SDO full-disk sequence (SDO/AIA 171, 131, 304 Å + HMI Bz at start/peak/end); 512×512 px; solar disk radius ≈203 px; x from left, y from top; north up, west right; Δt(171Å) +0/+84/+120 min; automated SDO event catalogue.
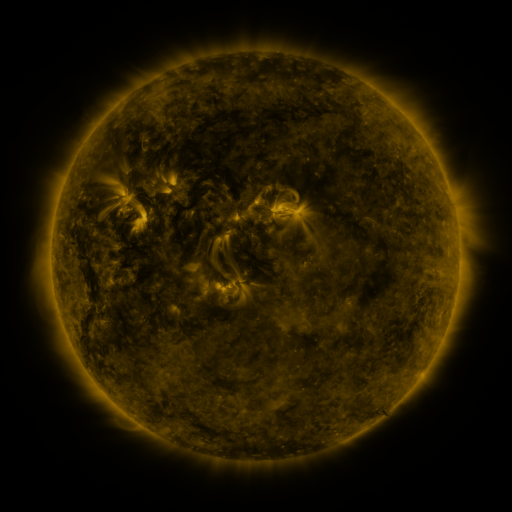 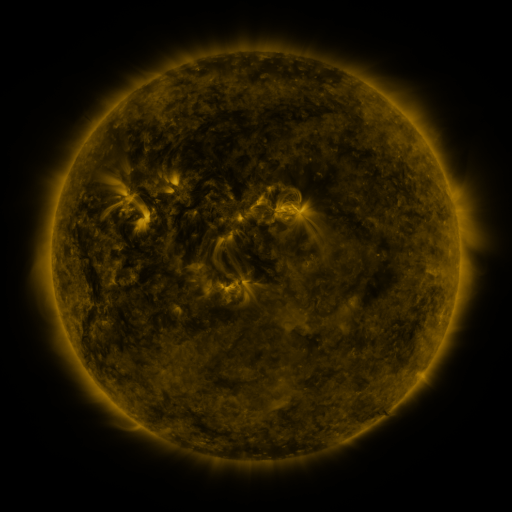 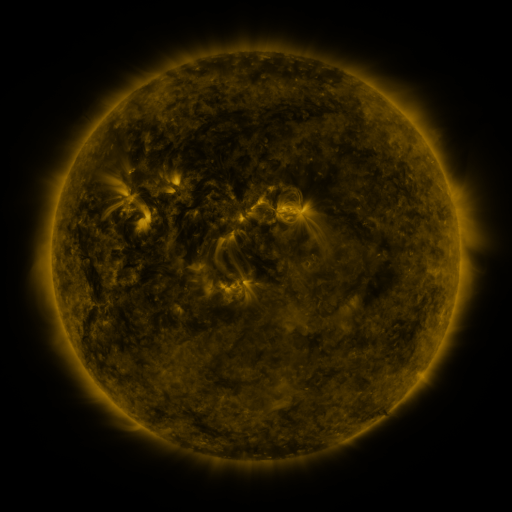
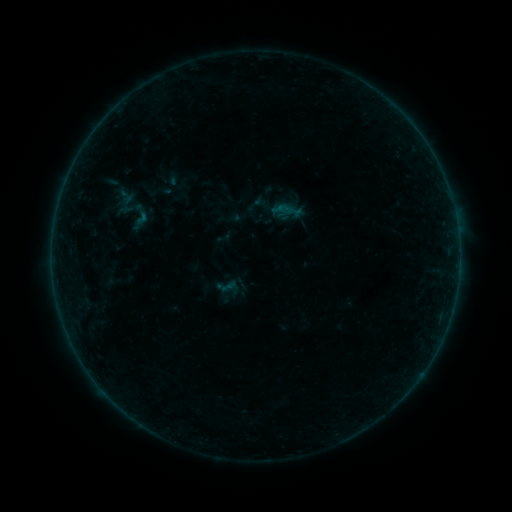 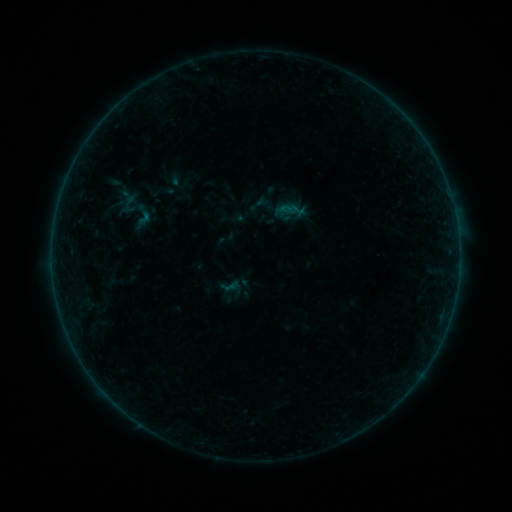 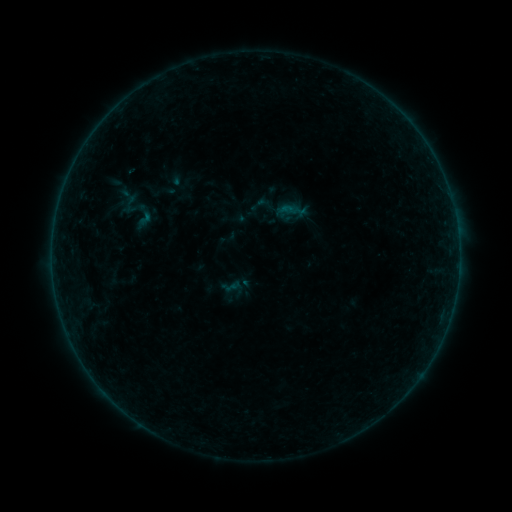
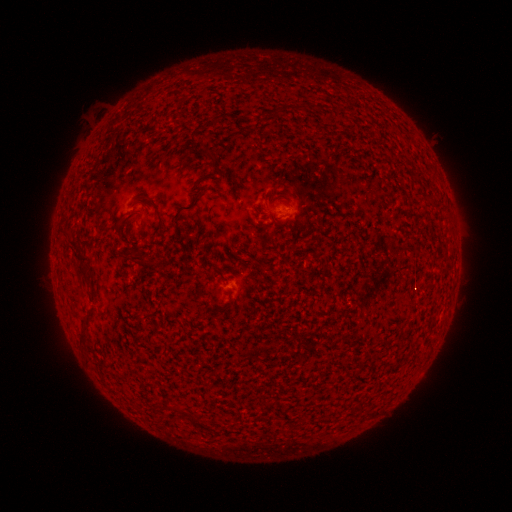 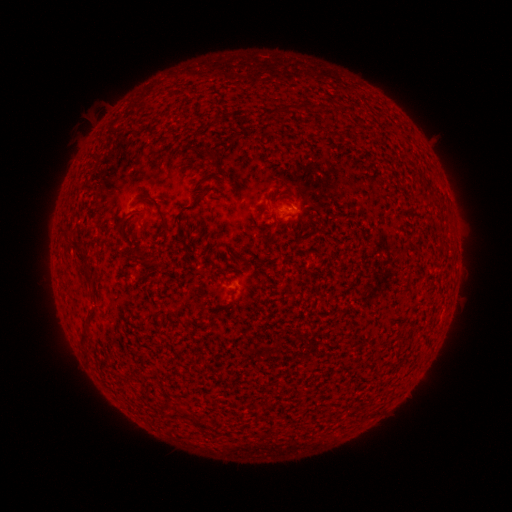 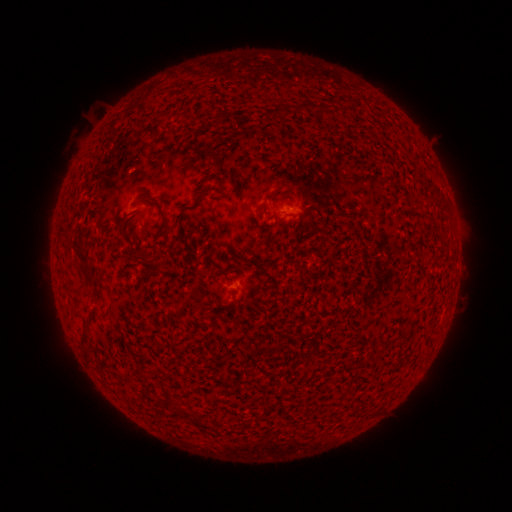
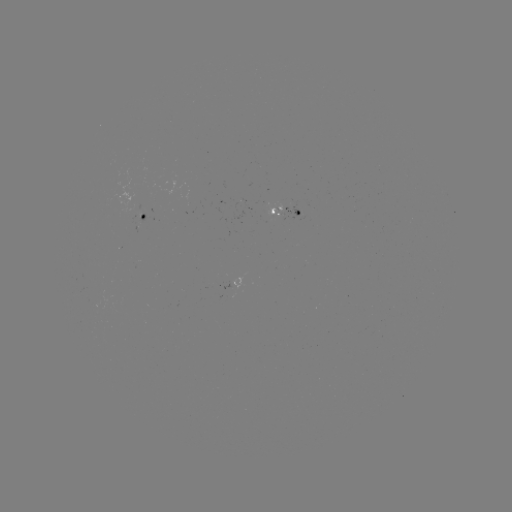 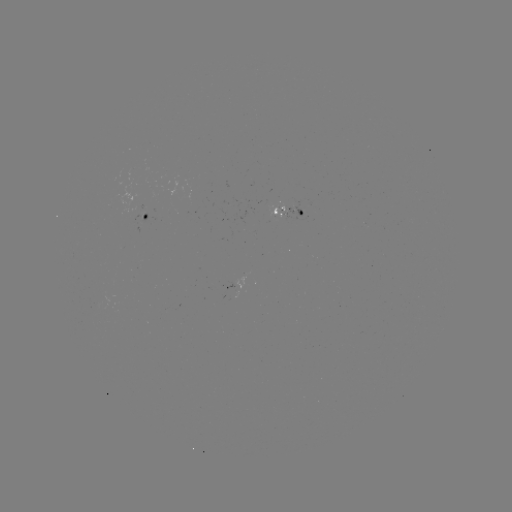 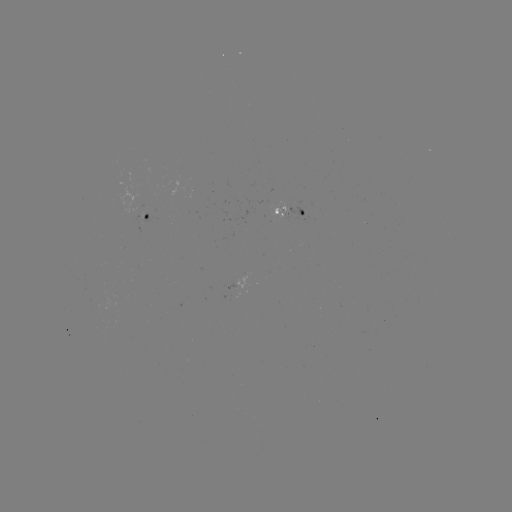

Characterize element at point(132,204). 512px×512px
emerging-flux region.